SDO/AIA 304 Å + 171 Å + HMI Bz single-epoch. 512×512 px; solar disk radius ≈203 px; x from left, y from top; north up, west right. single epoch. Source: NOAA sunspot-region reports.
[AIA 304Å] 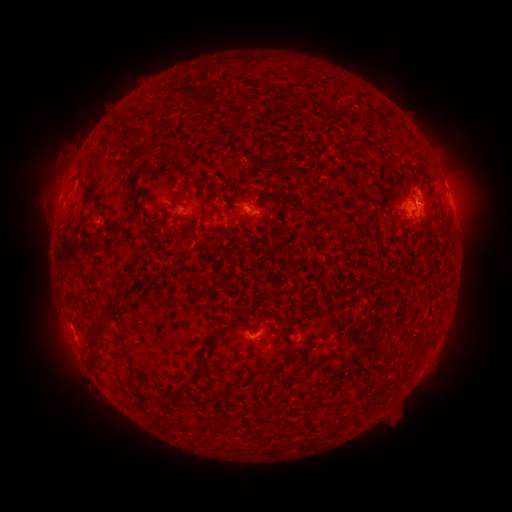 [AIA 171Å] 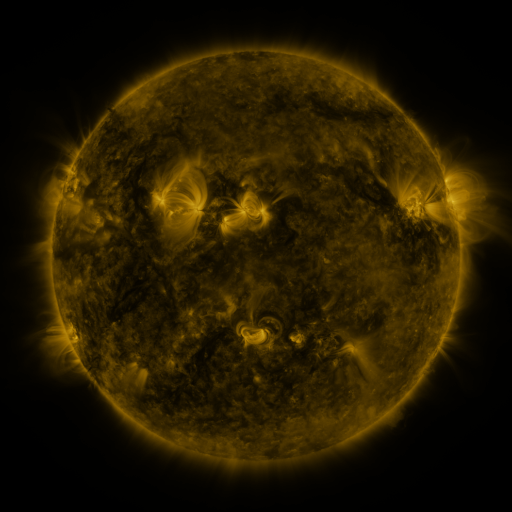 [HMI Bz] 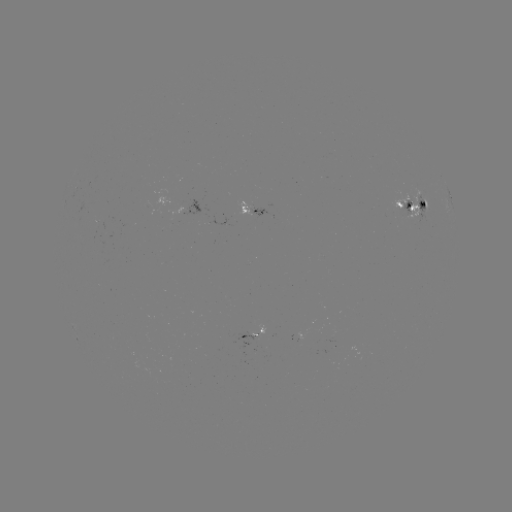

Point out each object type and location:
spotted active region: (451, 200)
spotted active region: (415, 208)
spotted active region: (252, 214)
spotted active region: (256, 336)
